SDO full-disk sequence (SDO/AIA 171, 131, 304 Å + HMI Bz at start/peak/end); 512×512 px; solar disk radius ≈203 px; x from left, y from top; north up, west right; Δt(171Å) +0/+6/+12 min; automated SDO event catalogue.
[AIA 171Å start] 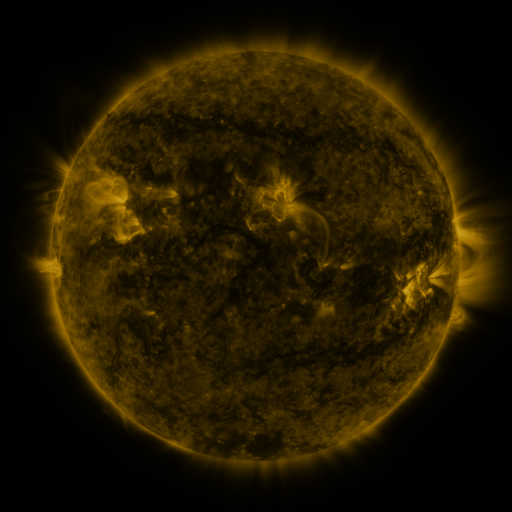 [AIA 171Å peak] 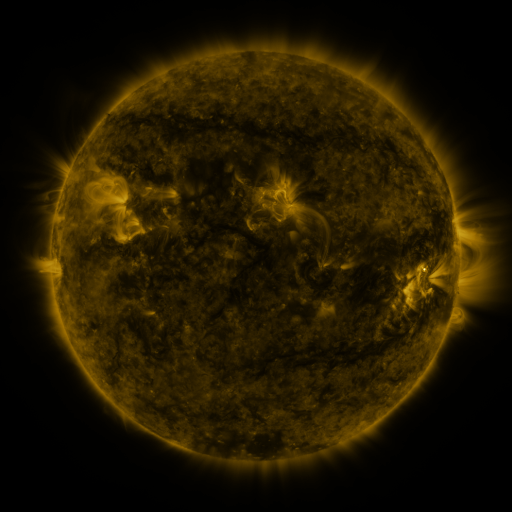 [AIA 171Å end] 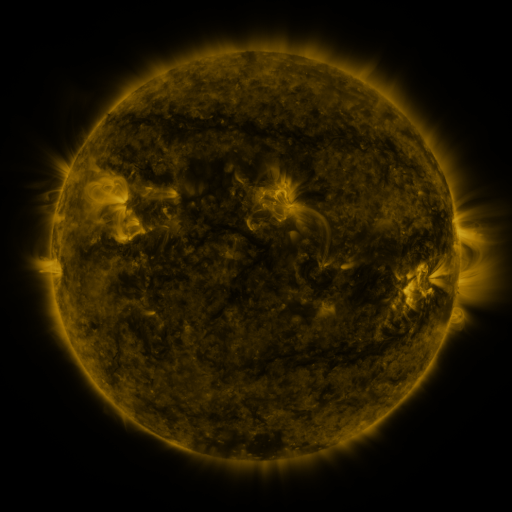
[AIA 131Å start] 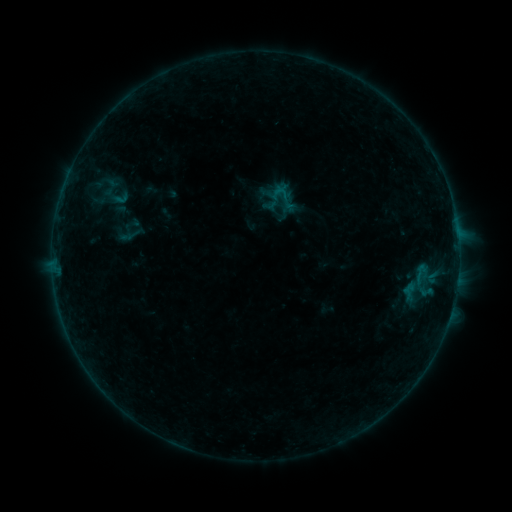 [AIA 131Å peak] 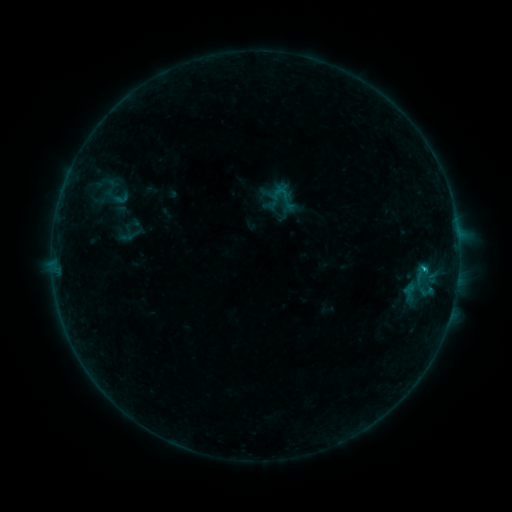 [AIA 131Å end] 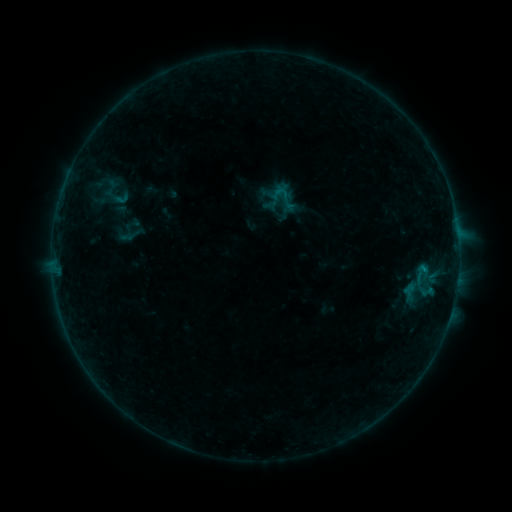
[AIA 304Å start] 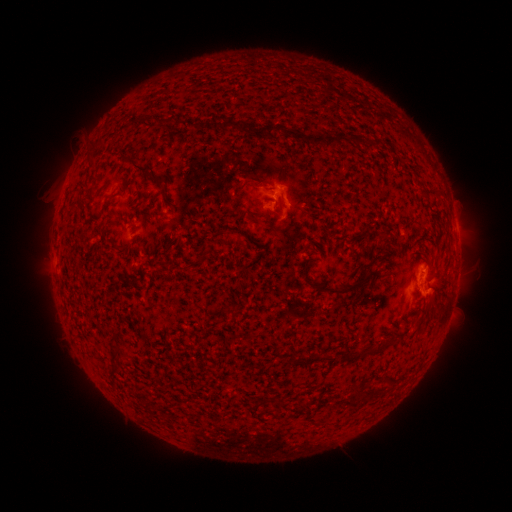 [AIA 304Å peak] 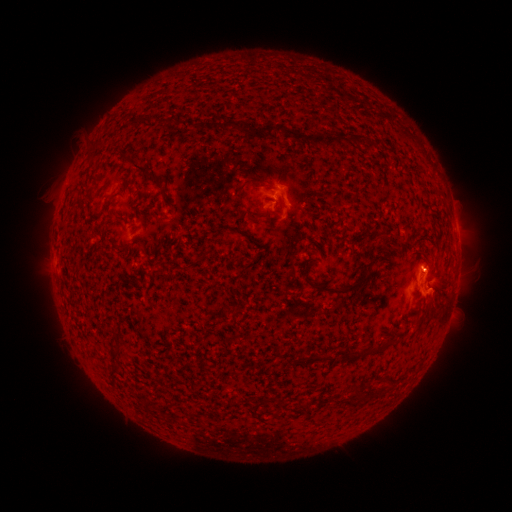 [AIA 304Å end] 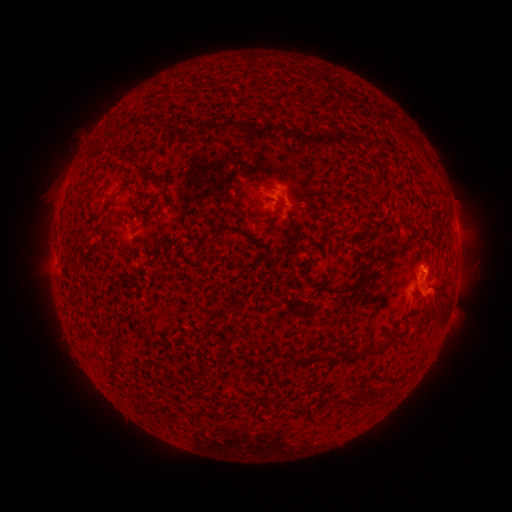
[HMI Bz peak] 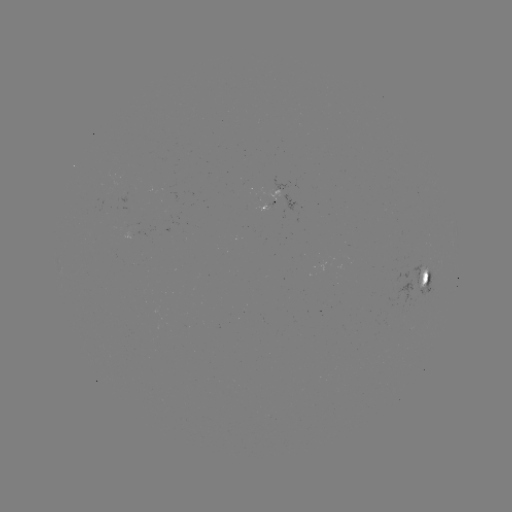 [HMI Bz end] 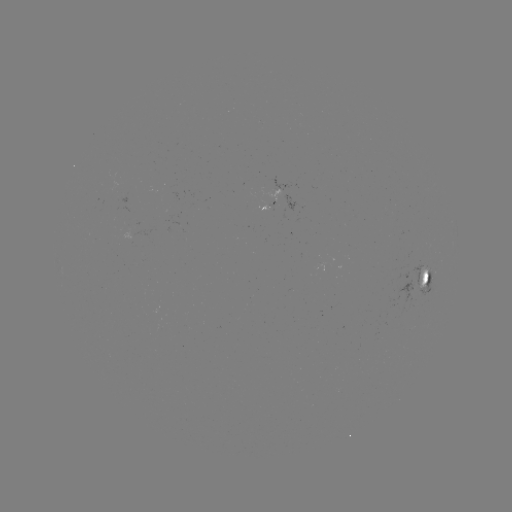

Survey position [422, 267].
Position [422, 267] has B4.0 flare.